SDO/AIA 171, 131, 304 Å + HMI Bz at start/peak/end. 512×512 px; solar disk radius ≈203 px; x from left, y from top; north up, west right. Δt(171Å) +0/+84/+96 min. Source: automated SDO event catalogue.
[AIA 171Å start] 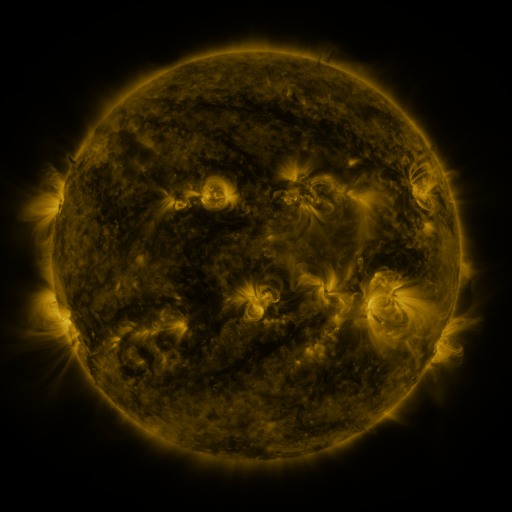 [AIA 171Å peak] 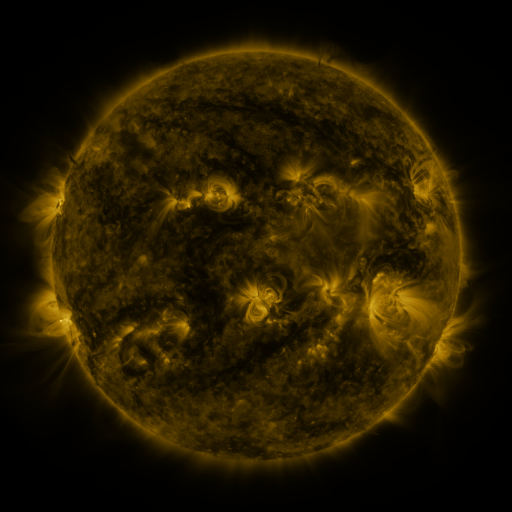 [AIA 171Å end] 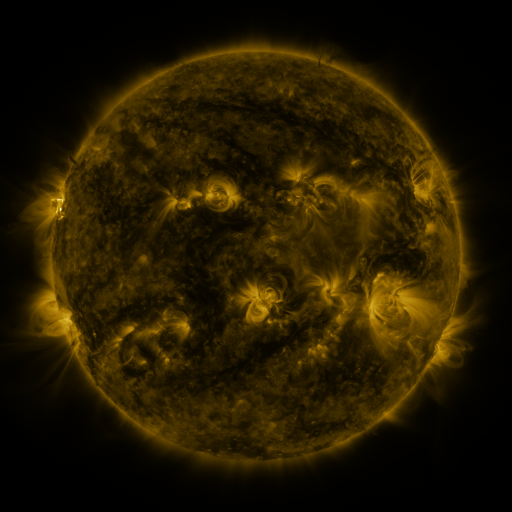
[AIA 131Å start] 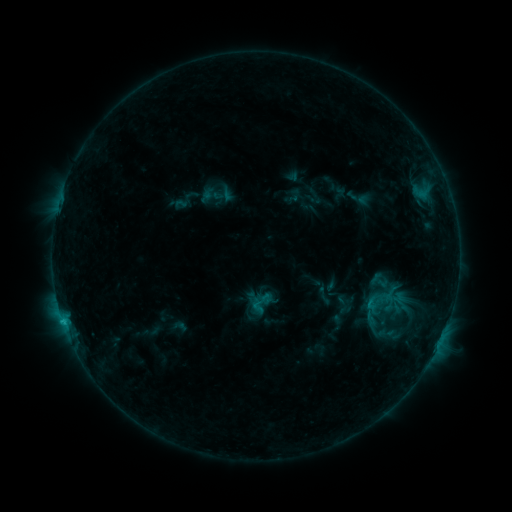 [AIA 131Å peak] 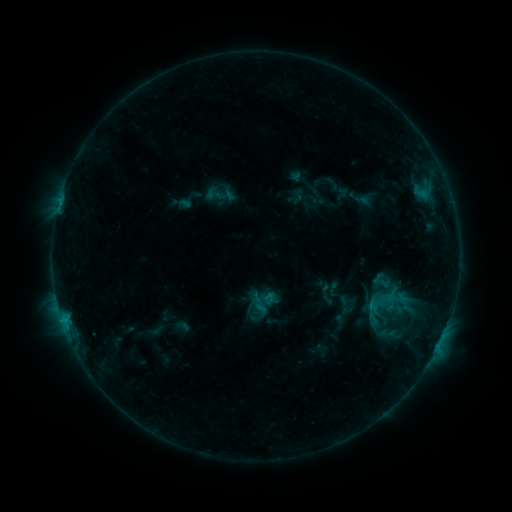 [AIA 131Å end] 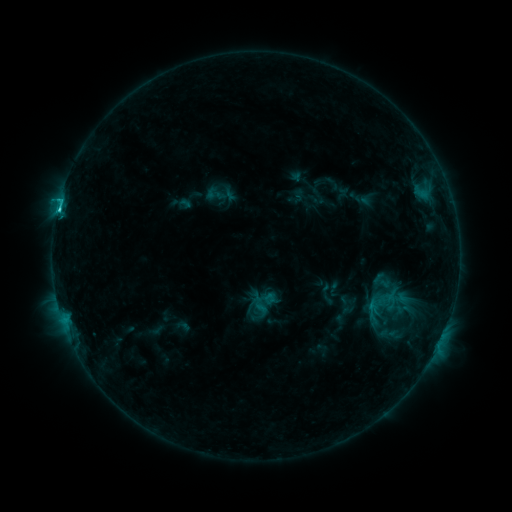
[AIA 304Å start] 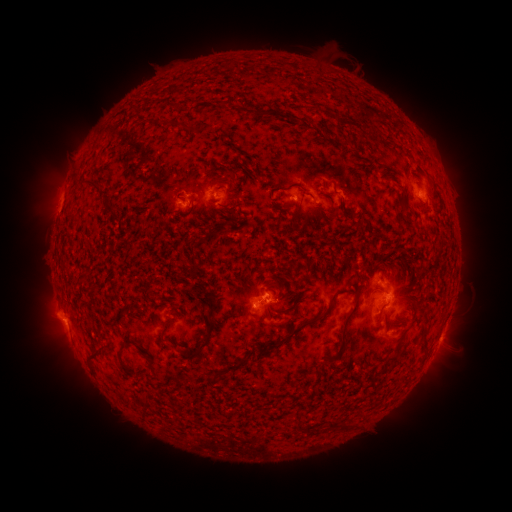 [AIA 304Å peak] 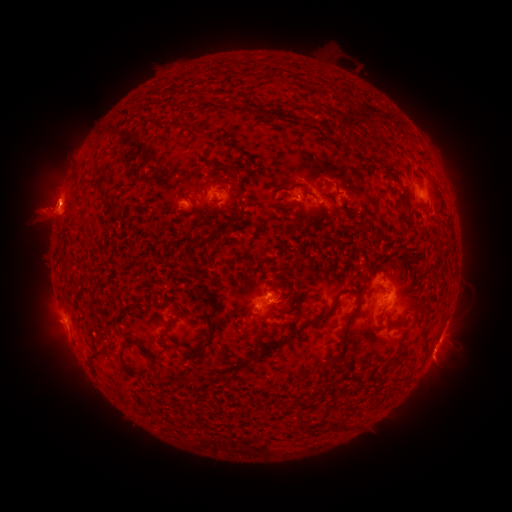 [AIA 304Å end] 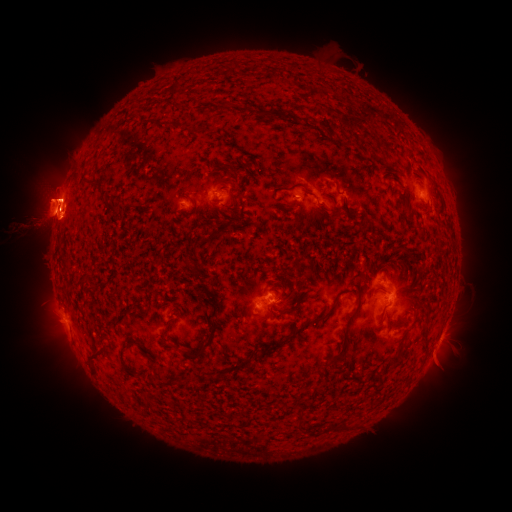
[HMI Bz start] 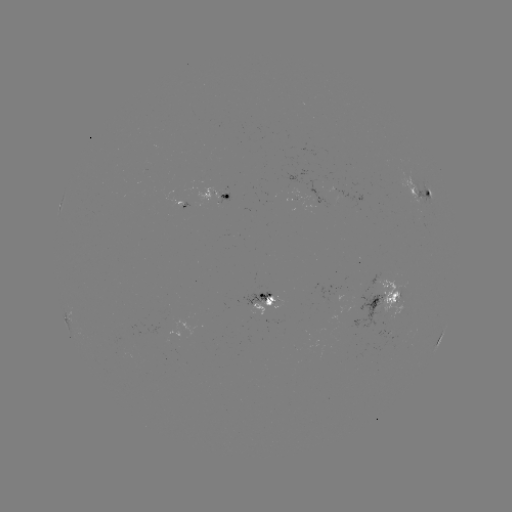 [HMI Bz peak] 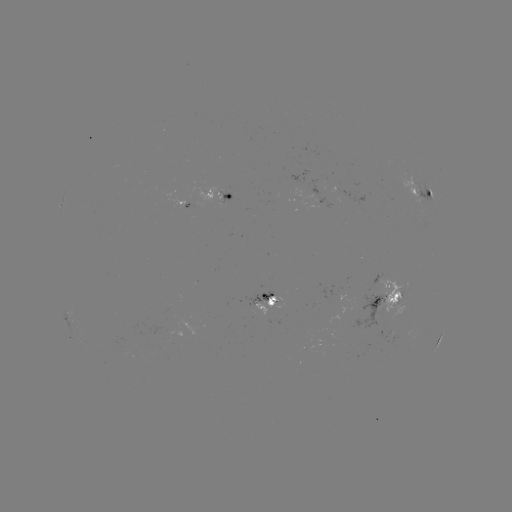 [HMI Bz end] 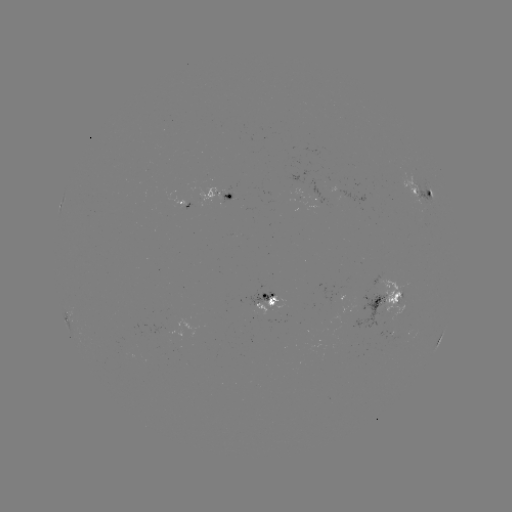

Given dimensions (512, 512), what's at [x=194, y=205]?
emerging-flux region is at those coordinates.